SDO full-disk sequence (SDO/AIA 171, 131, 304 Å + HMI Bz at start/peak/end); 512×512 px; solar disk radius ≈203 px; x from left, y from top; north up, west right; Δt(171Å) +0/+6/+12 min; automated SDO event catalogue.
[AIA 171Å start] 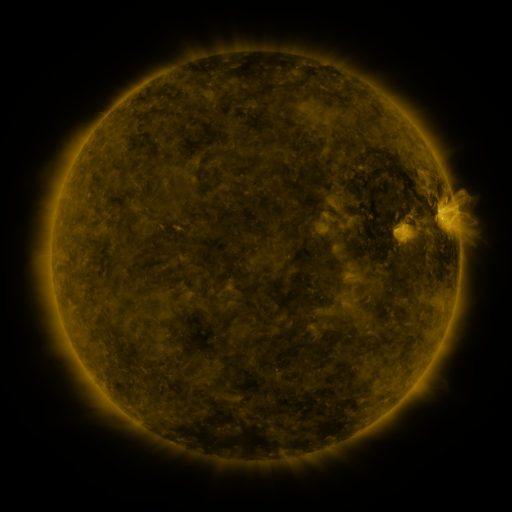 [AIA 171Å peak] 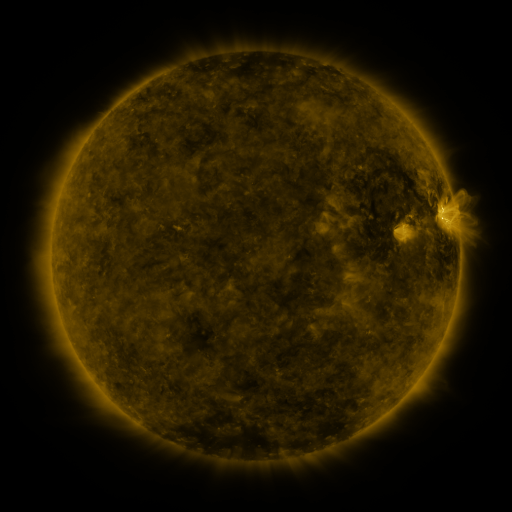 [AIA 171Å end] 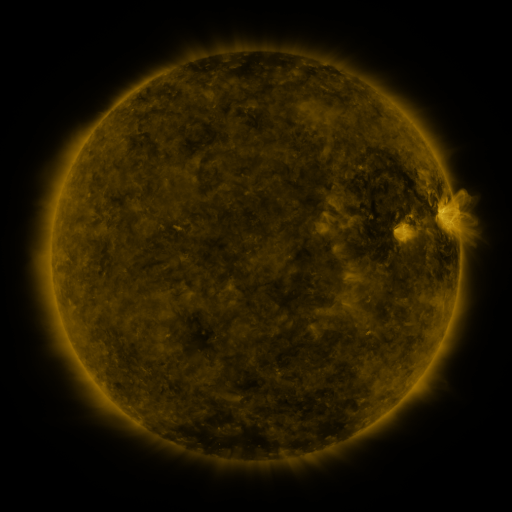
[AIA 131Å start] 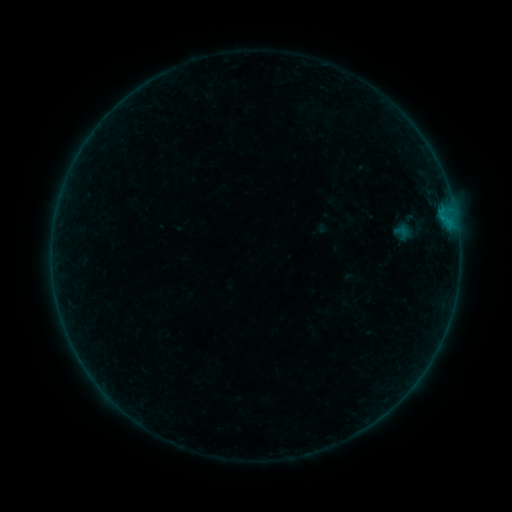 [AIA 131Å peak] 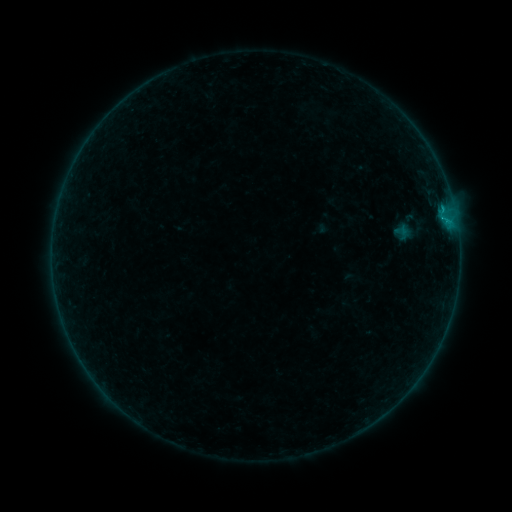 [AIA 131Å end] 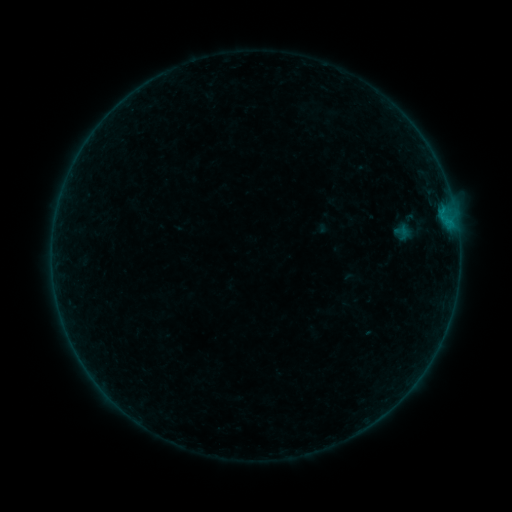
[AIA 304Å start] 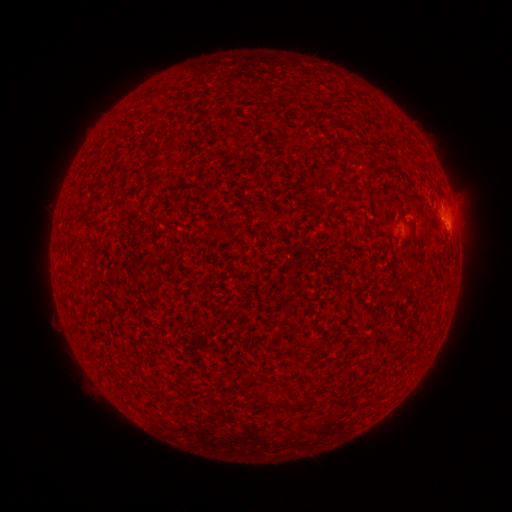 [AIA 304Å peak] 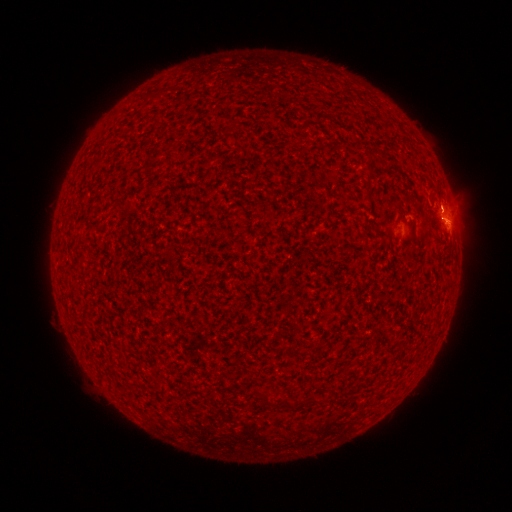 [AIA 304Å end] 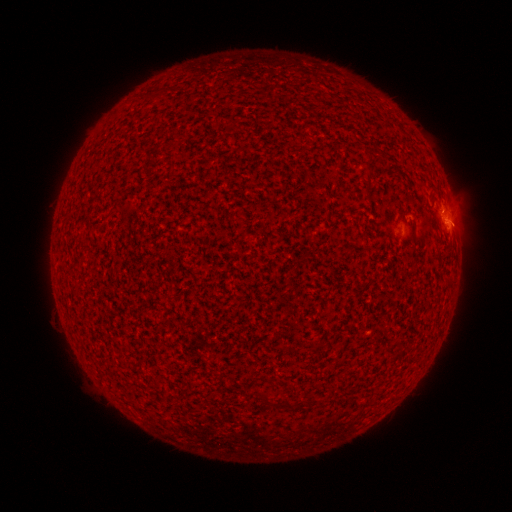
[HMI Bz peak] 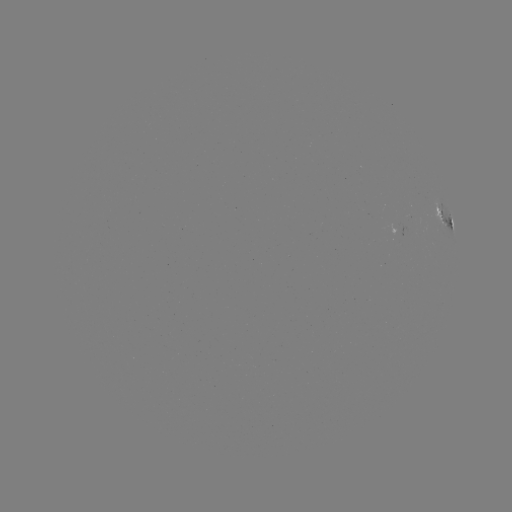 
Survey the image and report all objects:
B3.0 flare: (443, 222)
